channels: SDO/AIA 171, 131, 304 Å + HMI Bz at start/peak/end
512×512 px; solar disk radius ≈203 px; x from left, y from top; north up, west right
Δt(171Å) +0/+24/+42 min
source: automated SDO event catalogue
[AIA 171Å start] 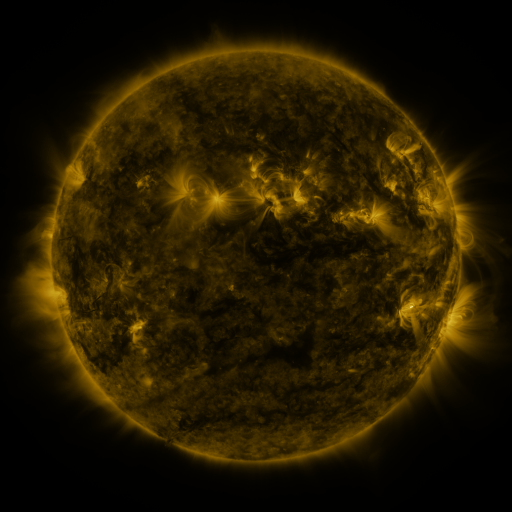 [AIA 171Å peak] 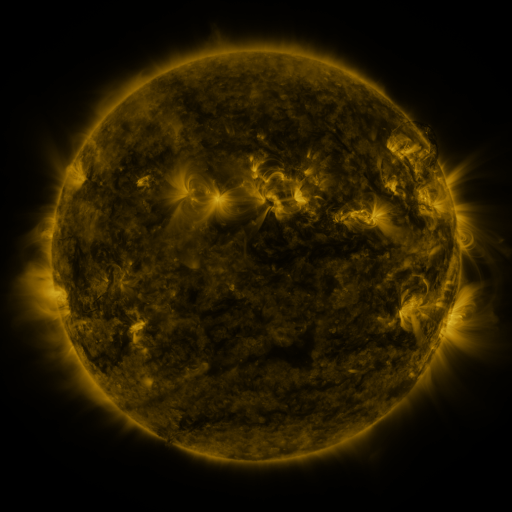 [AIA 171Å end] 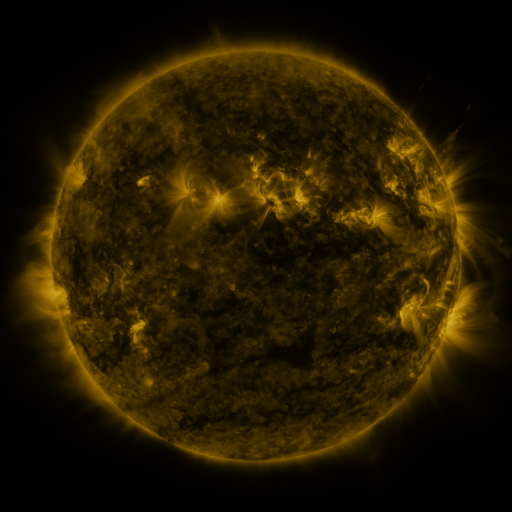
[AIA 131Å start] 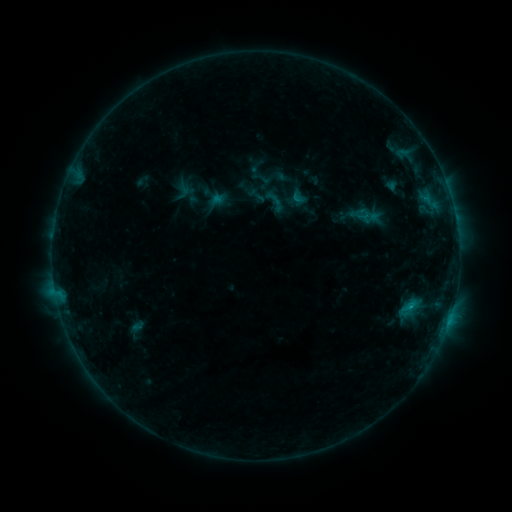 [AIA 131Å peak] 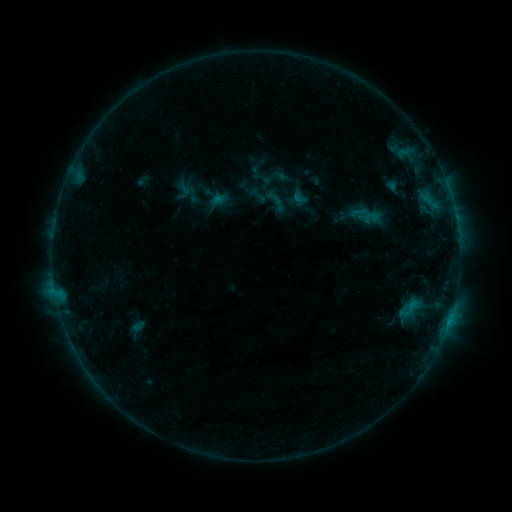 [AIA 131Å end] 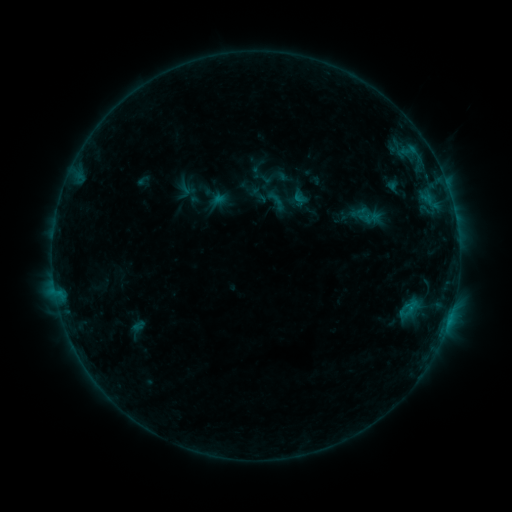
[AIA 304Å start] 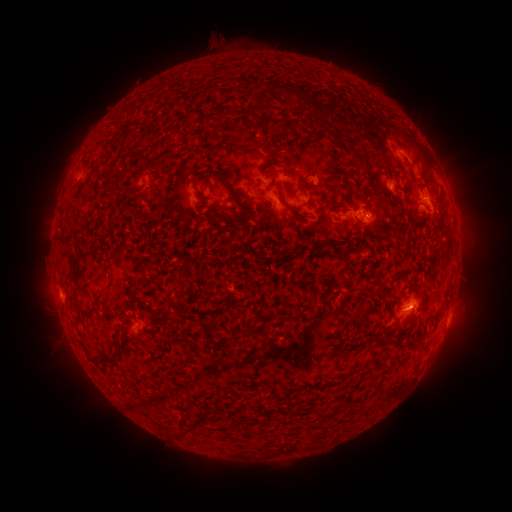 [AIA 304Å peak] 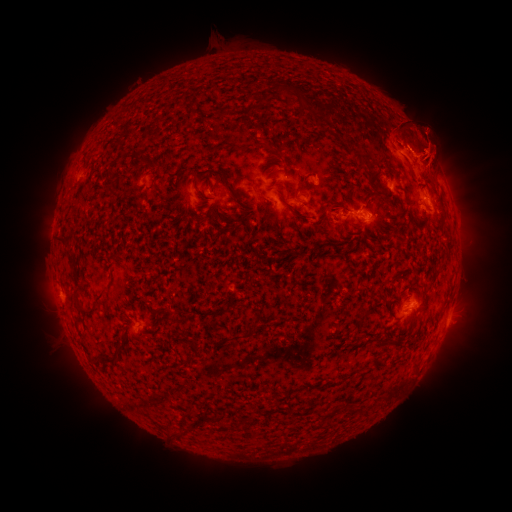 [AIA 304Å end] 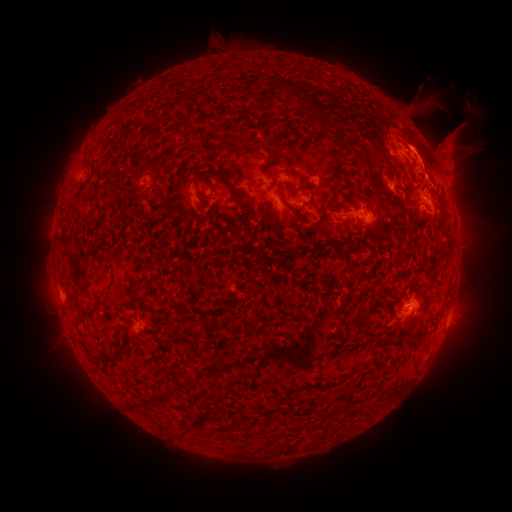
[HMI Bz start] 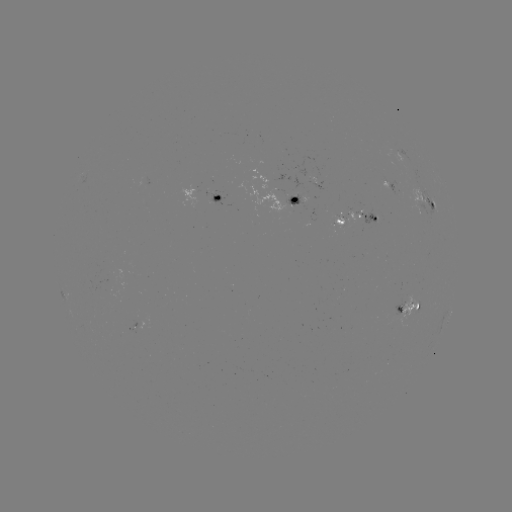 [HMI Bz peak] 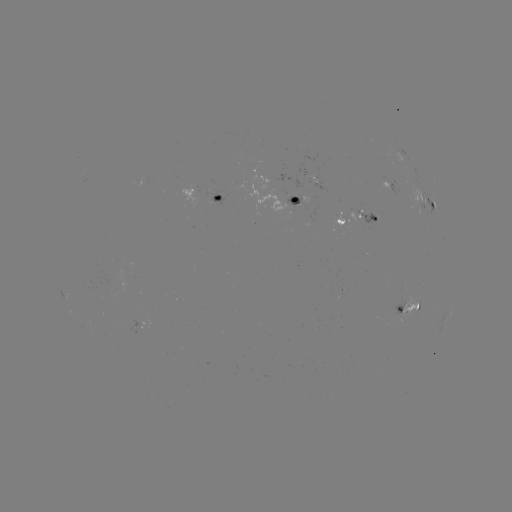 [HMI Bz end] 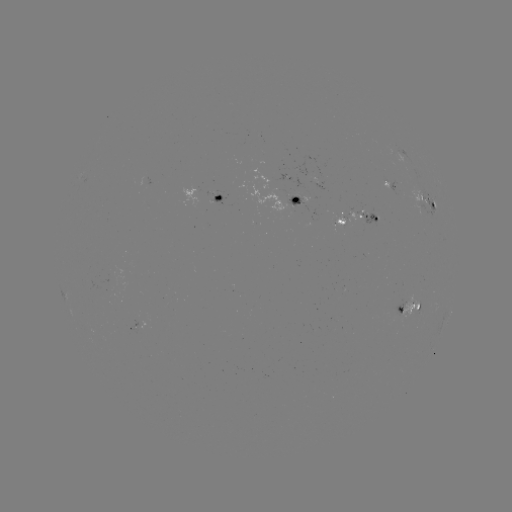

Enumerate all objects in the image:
filament eruption: (417, 139)
